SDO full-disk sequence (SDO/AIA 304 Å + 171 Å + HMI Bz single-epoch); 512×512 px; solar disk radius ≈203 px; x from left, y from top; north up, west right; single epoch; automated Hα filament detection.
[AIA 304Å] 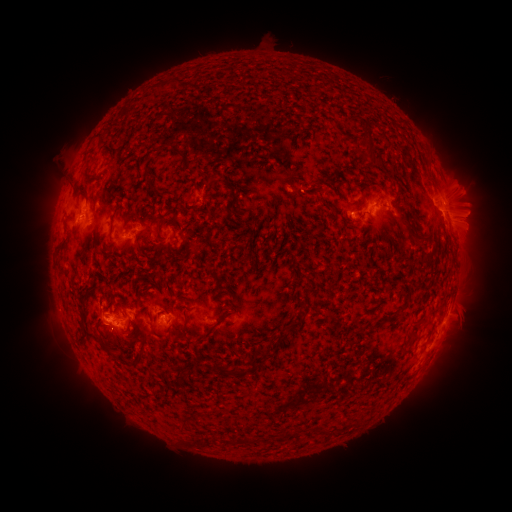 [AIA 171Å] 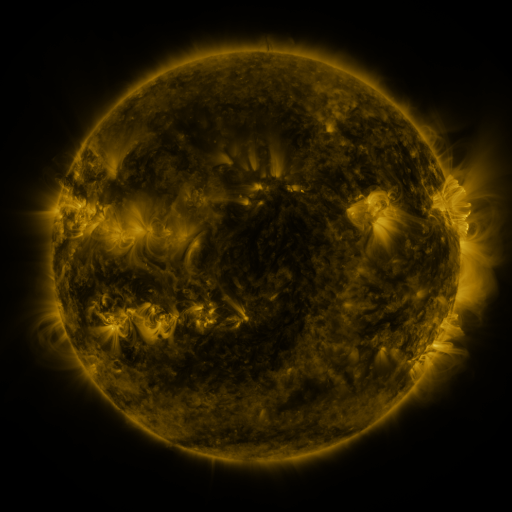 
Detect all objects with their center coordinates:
filament: (169, 84)
filament: (123, 115)
filament: (361, 150)
filament: (174, 151)
filament: (368, 152)
filament: (258, 157)
filament: (144, 174)
filament: (86, 176)
filament: (211, 177)
filament: (308, 190)
filament: (232, 196)
filament: (403, 220)
filament: (158, 229)
filament: (417, 236)
filament: (427, 253)
filament: (228, 305)
filament: (123, 307)
filament: (224, 315)
filament: (296, 324)
filament: (416, 327)
filament: (185, 328)
filament: (83, 342)
filament: (102, 344)
filament: (130, 365)
filament: (248, 371)
filament: (325, 428)
